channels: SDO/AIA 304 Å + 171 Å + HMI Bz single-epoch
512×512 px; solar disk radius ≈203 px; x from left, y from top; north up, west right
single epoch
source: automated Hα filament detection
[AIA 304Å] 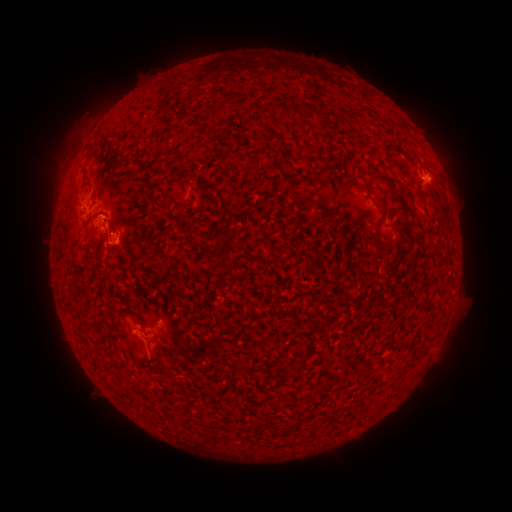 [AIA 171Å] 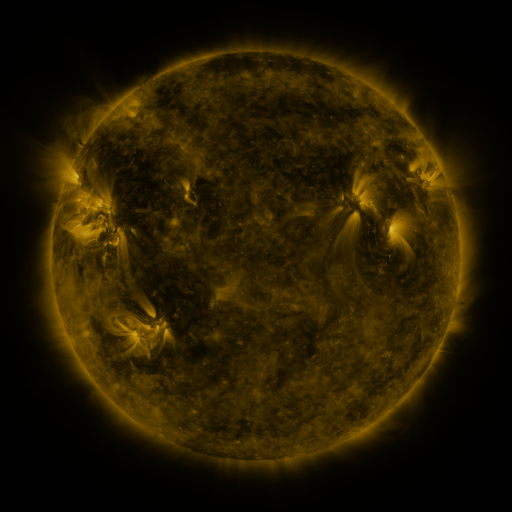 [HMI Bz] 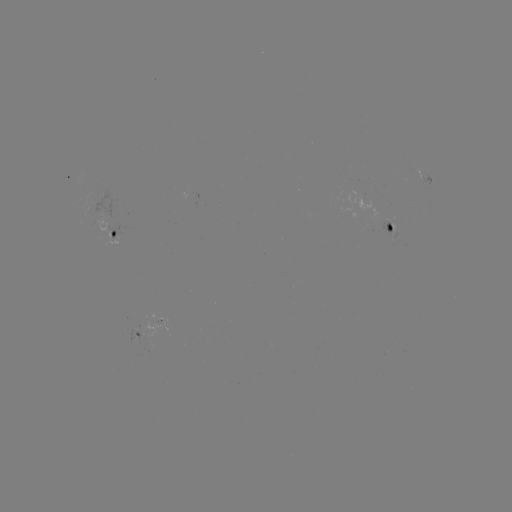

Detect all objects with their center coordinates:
filament: (169, 85, 178, 94)
filament: (207, 100, 223, 122)
filament: (286, 104, 298, 114)
filament: (308, 108, 324, 120)
filament: (81, 167, 94, 187)
filament: (311, 170, 323, 182)
filament: (376, 174, 400, 189)
filament: (377, 196, 389, 217)
filament: (419, 198, 427, 210)
filament: (224, 218, 231, 230)
filament: (373, 242, 382, 255)
filament: (224, 265, 235, 278)
